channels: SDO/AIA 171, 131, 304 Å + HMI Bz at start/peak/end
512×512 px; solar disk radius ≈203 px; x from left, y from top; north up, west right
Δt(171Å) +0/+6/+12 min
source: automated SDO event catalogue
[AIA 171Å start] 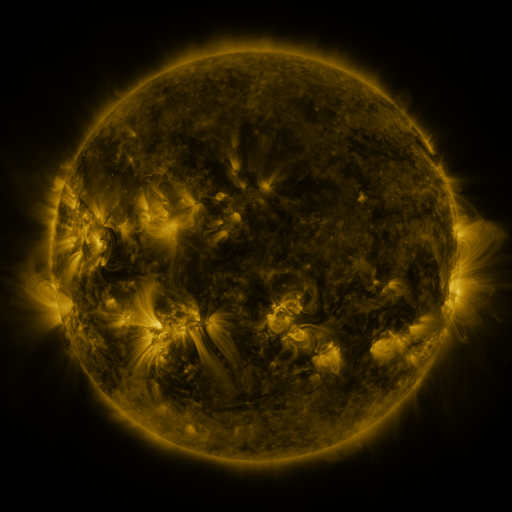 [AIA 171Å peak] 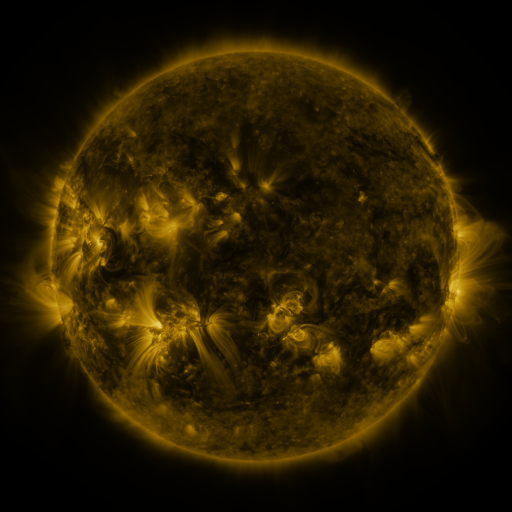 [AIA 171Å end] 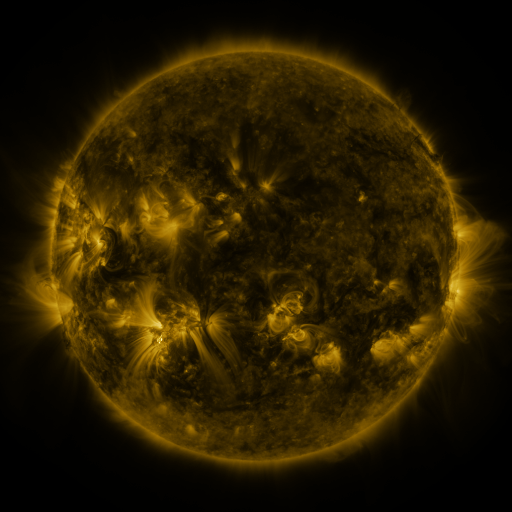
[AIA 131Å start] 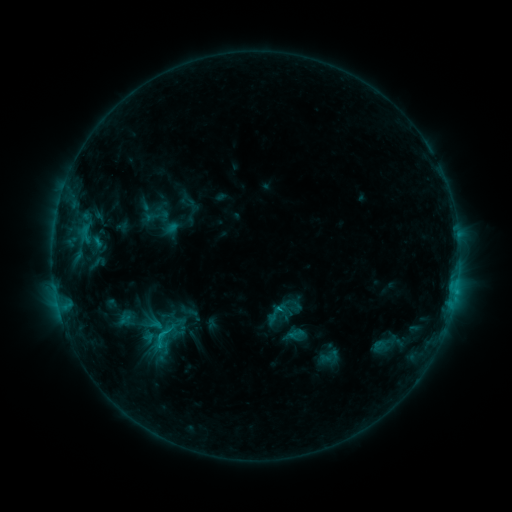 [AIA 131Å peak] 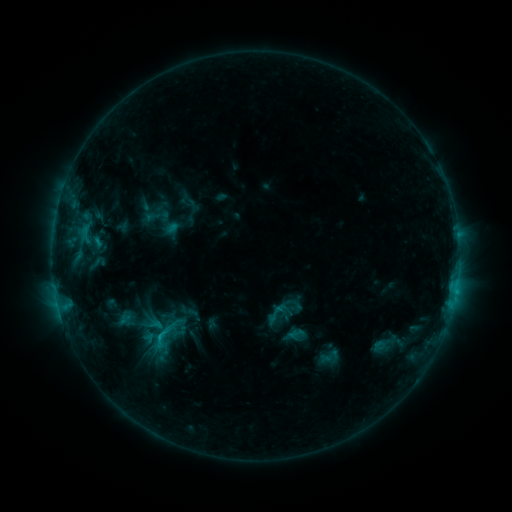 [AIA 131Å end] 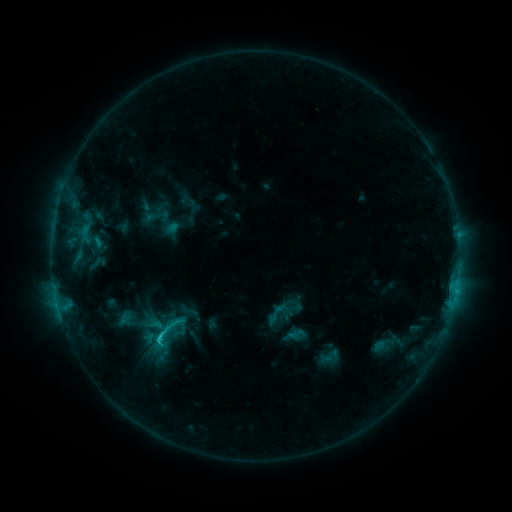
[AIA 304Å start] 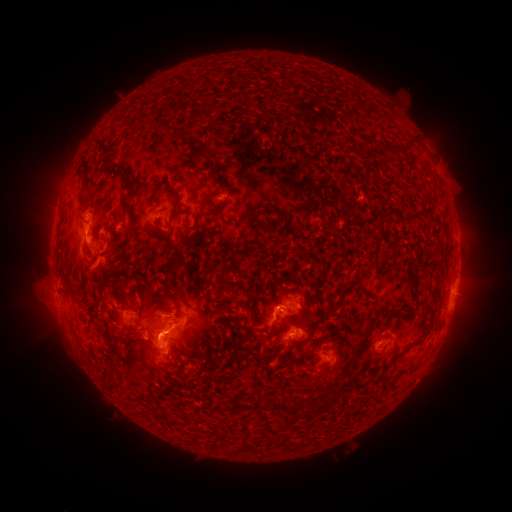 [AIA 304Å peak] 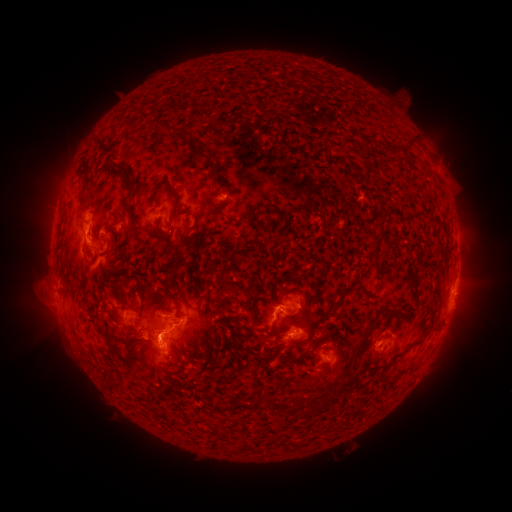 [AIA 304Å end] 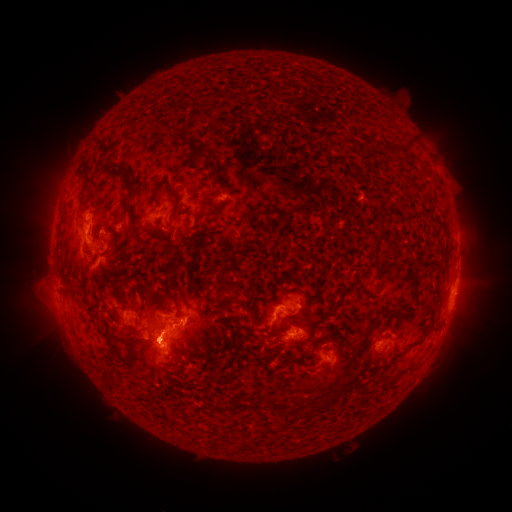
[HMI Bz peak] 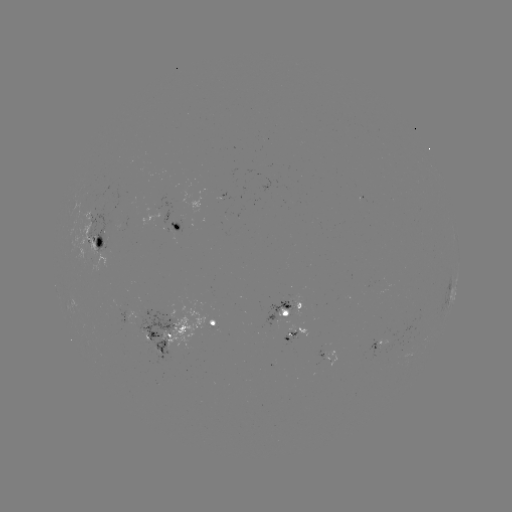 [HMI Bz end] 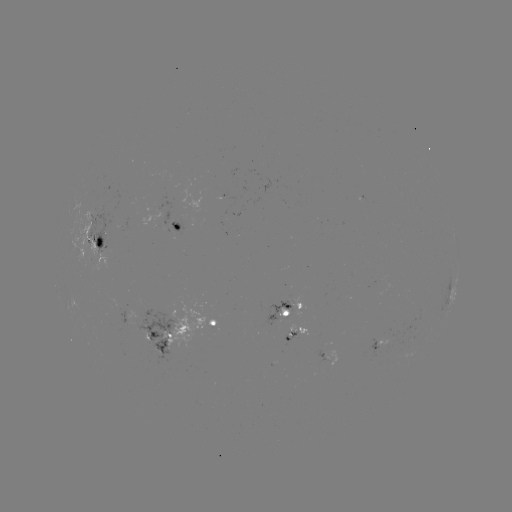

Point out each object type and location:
eruption: (155, 344)
